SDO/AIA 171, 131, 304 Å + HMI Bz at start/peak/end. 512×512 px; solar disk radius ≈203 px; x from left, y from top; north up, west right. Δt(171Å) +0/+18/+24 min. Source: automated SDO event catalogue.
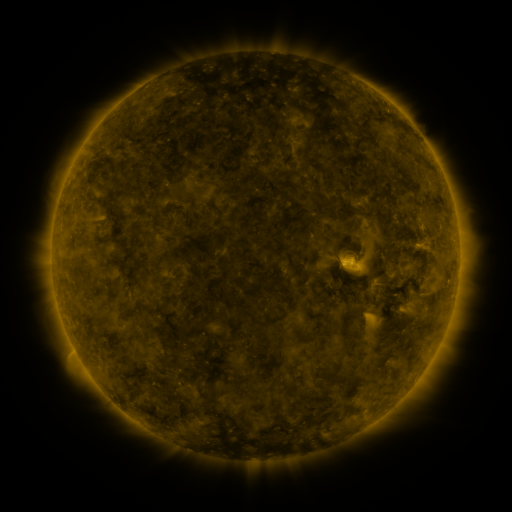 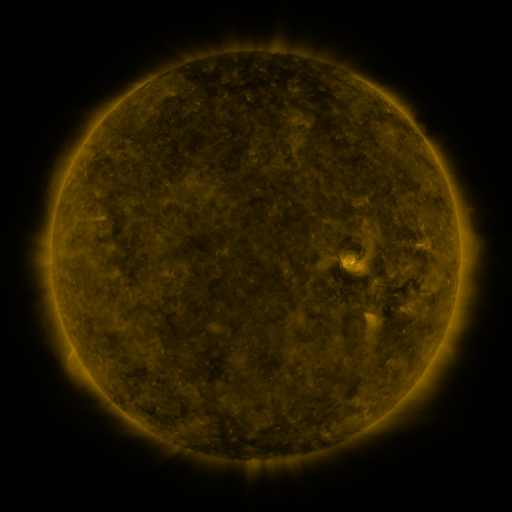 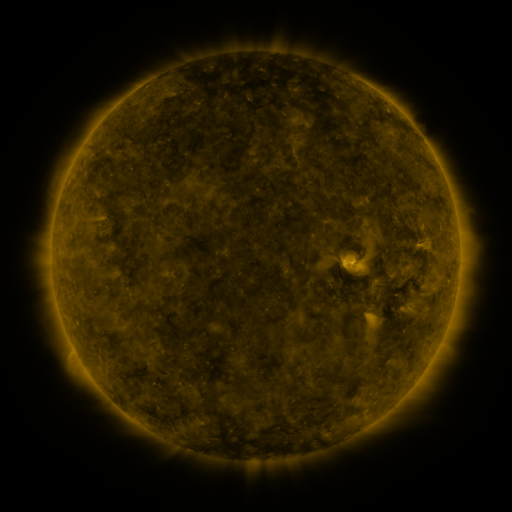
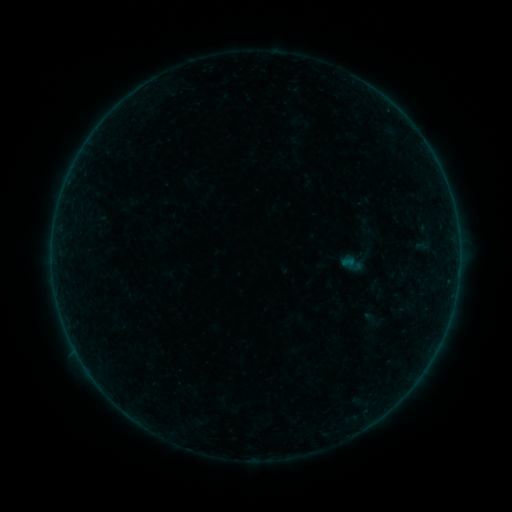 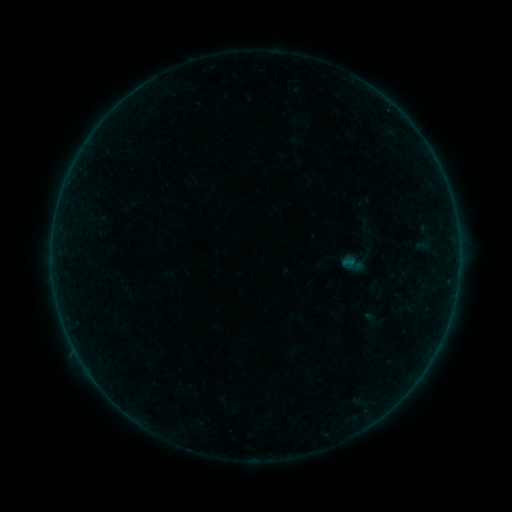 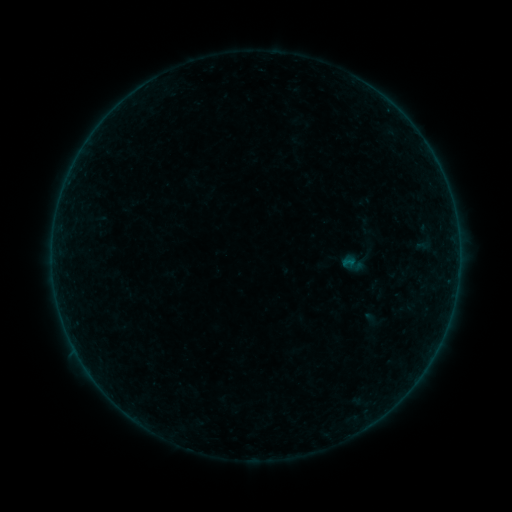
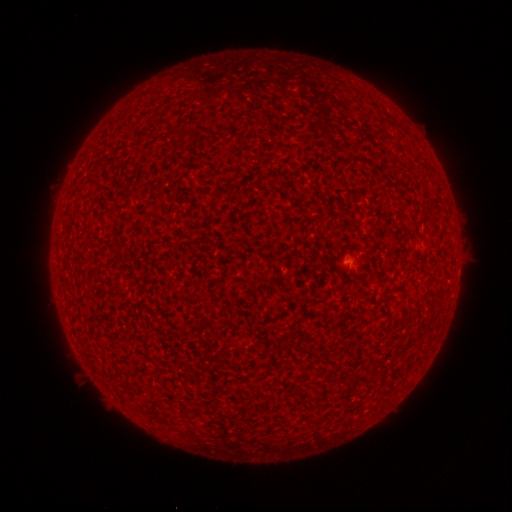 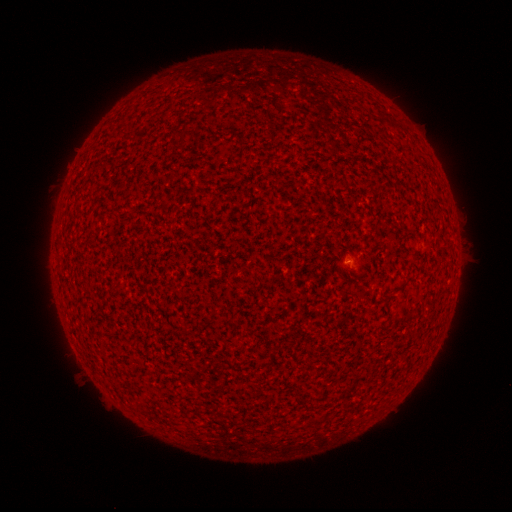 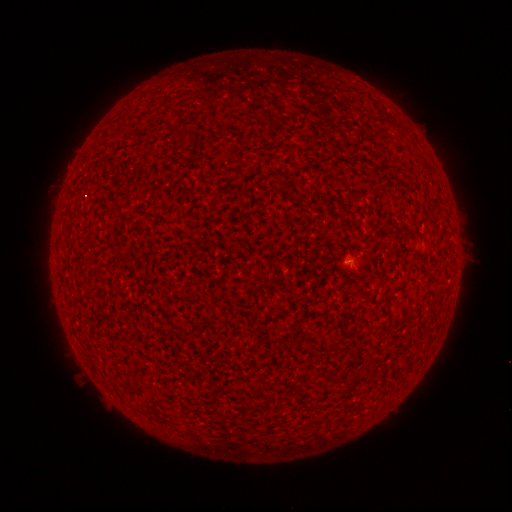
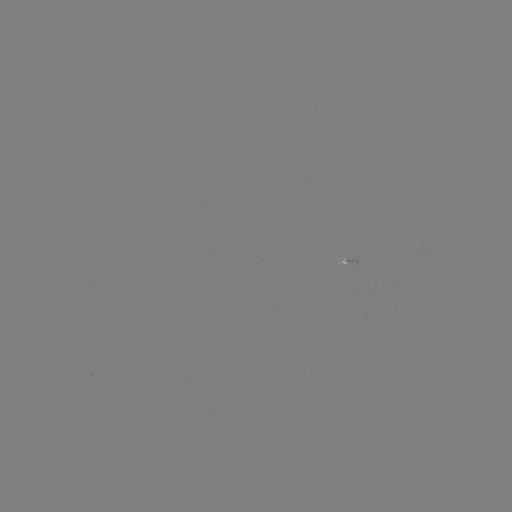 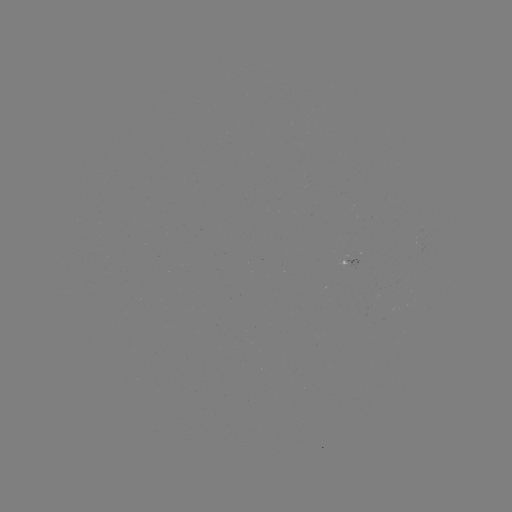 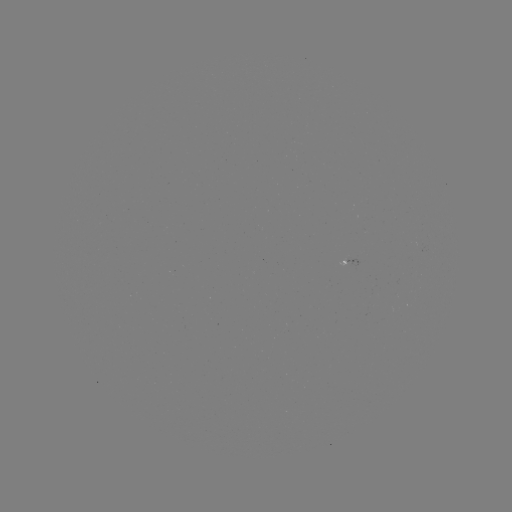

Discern A3.2 flare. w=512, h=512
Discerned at (345, 264).